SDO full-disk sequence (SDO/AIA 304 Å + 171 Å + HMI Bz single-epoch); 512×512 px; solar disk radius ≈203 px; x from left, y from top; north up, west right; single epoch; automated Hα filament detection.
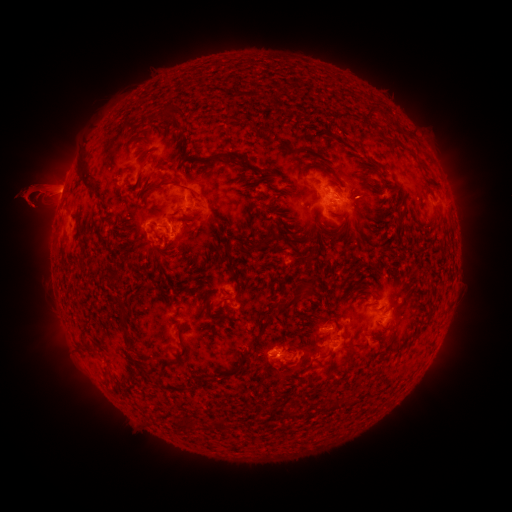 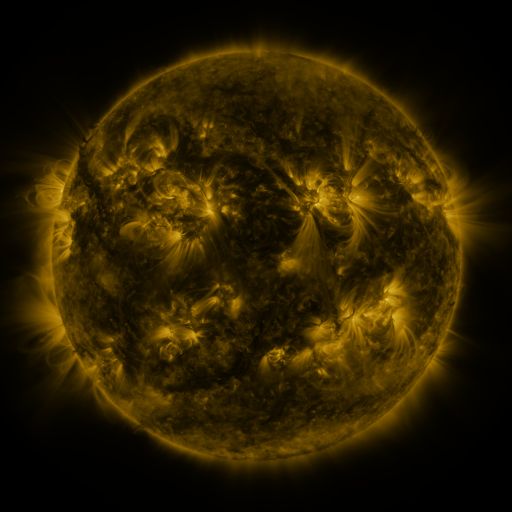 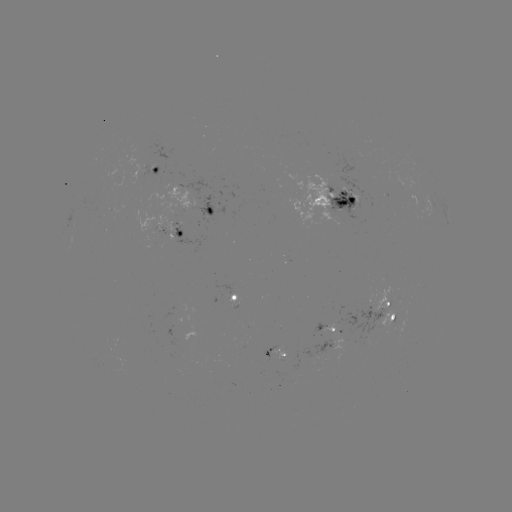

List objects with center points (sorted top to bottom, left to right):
filament: (77, 167, 95, 191)
filament: (146, 178, 167, 192)
filament: (176, 183, 191, 191)
filament: (398, 212, 406, 223)
filament: (251, 242, 262, 251)
filament: (300, 290, 315, 302)
filament: (274, 302, 292, 315)
filament: (118, 312, 127, 330)
filament: (388, 315, 396, 324)
filament: (260, 319, 272, 332)
filament: (177, 343, 186, 357)
filament: (239, 349, 252, 362)
